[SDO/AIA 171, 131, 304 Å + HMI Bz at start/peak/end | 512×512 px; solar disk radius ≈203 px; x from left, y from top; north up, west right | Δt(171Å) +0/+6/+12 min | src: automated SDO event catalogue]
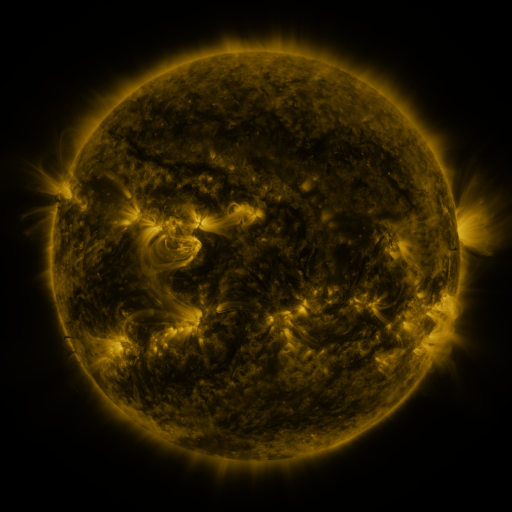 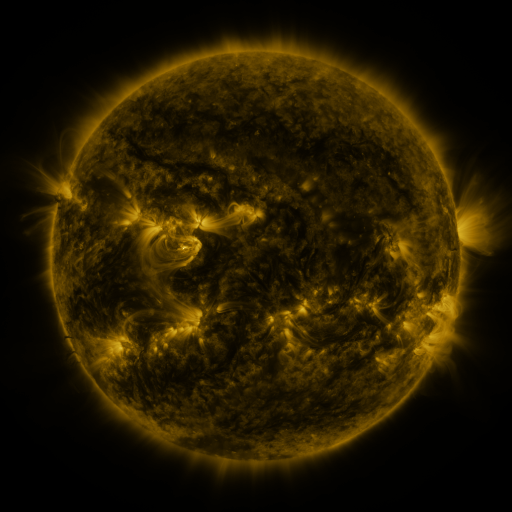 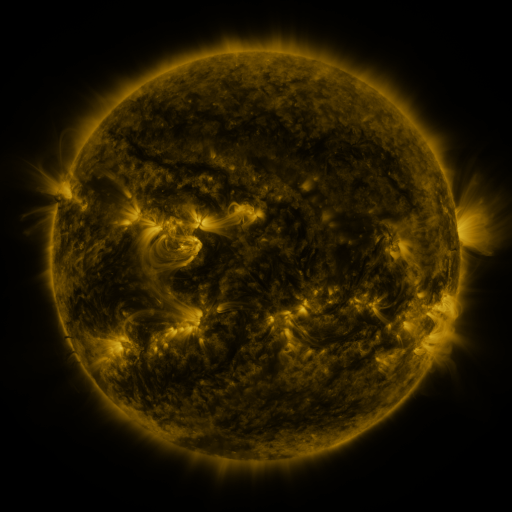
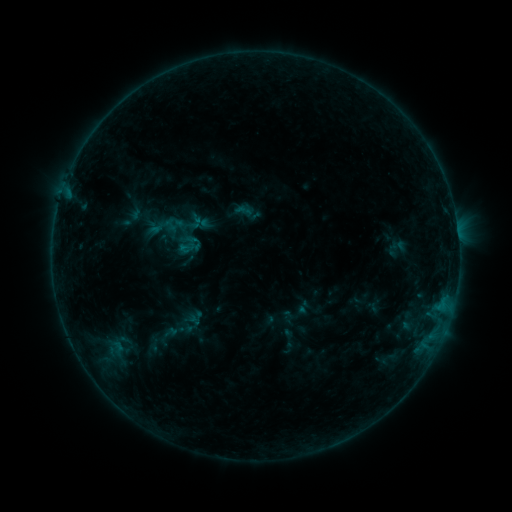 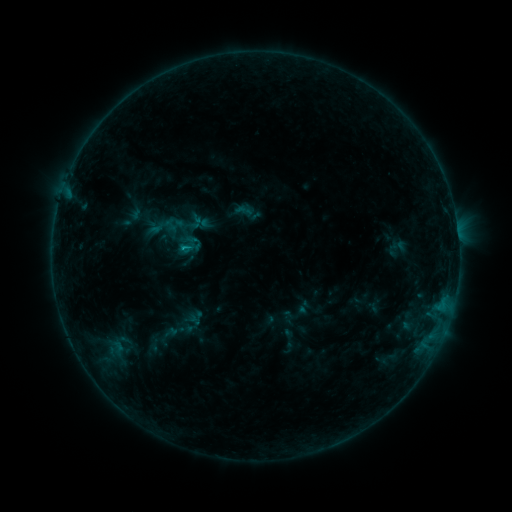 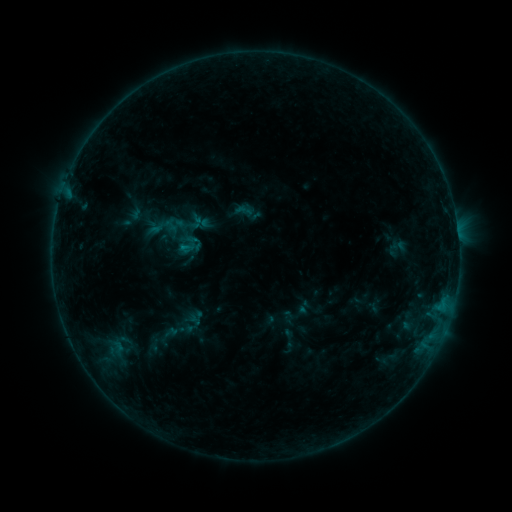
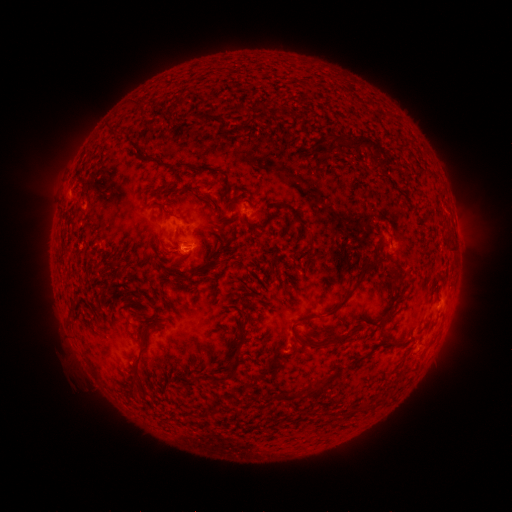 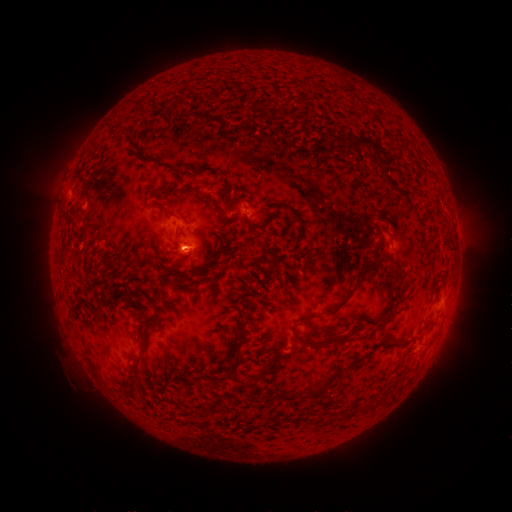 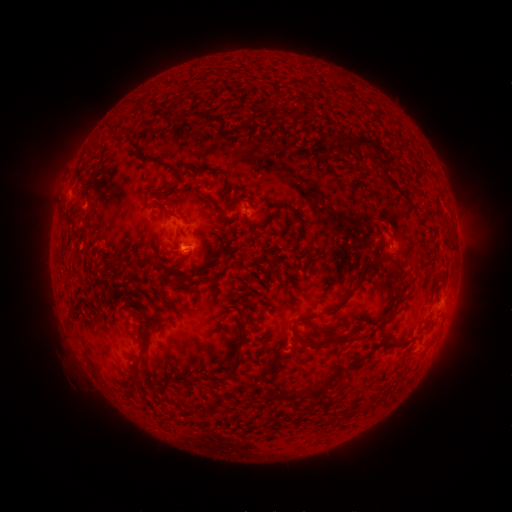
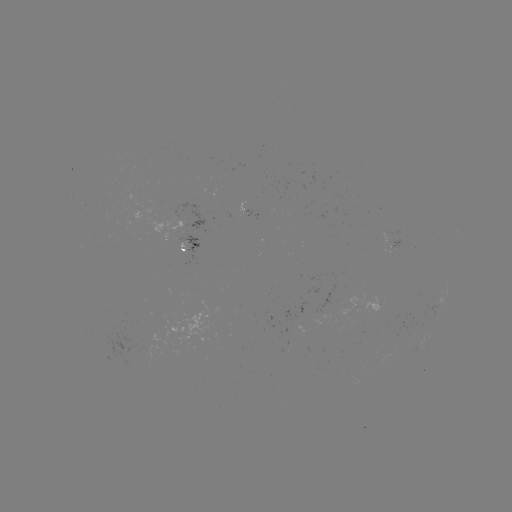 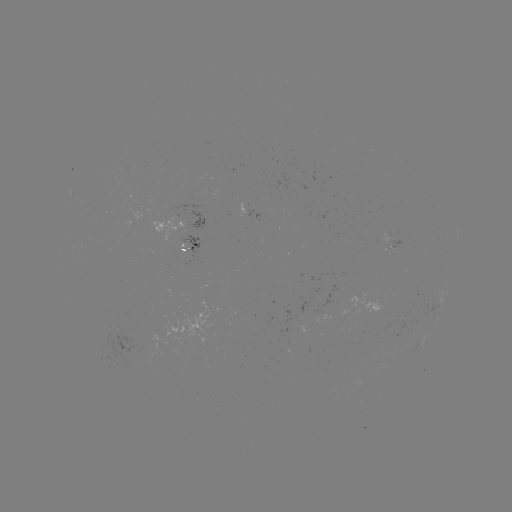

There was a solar flare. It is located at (186, 250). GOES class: B5.8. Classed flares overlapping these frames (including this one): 1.